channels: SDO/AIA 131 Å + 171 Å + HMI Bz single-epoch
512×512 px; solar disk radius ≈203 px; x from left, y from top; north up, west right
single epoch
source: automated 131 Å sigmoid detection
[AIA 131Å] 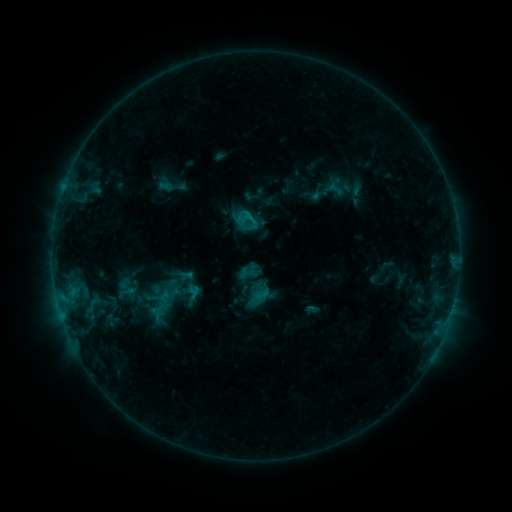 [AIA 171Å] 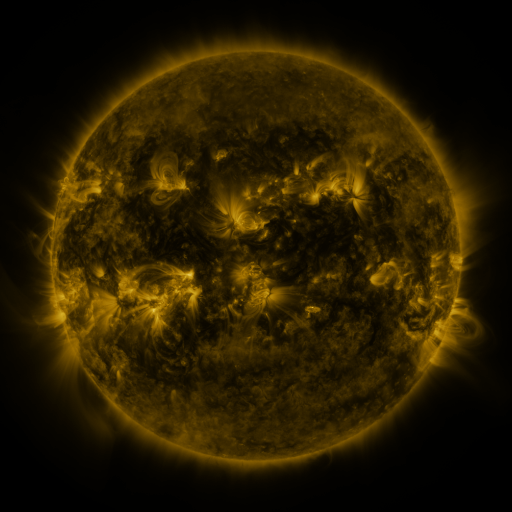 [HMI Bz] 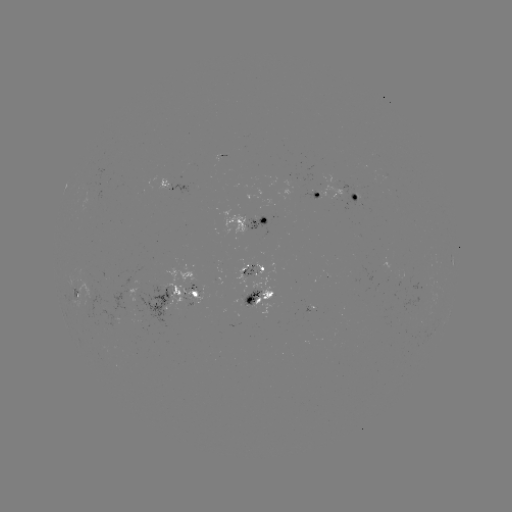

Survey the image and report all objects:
sigmoid: (247, 221)
sigmoid: (248, 269)
